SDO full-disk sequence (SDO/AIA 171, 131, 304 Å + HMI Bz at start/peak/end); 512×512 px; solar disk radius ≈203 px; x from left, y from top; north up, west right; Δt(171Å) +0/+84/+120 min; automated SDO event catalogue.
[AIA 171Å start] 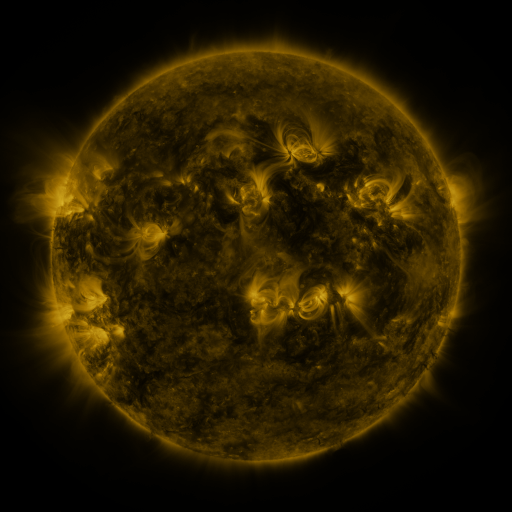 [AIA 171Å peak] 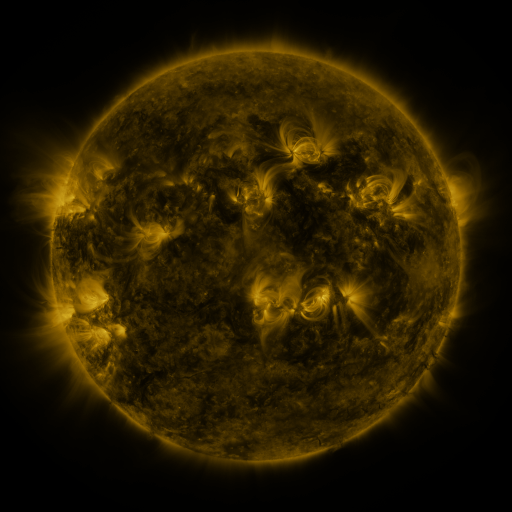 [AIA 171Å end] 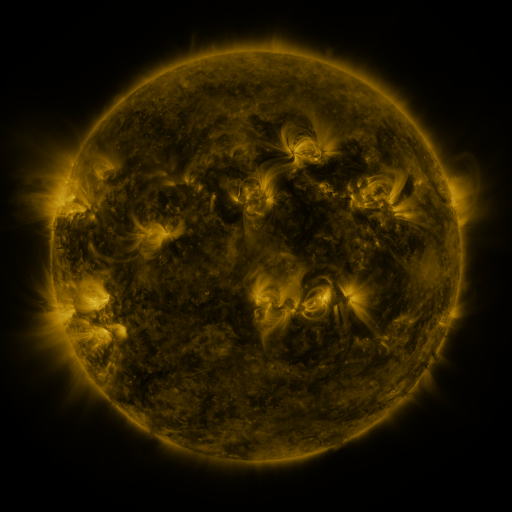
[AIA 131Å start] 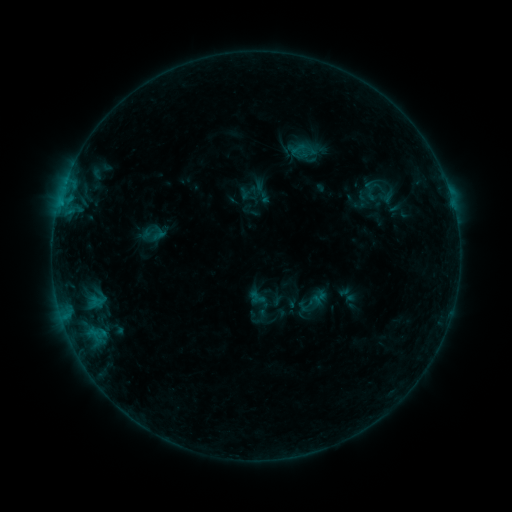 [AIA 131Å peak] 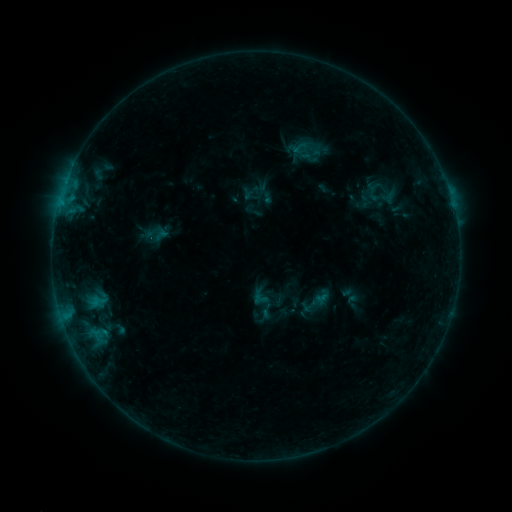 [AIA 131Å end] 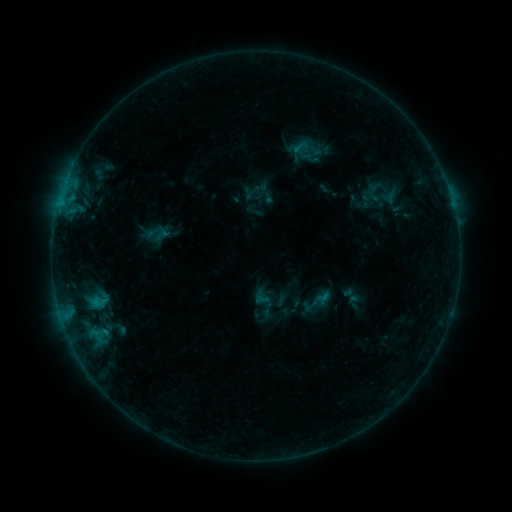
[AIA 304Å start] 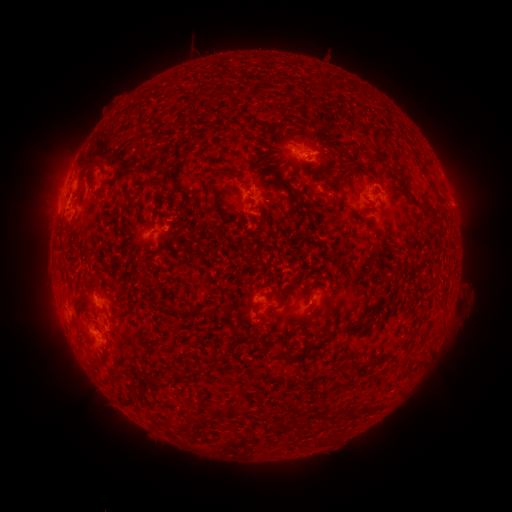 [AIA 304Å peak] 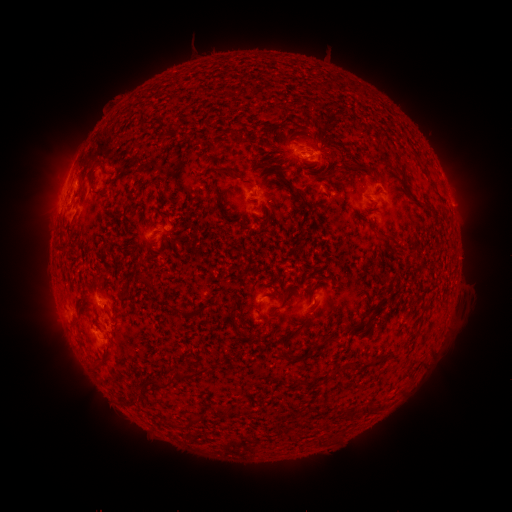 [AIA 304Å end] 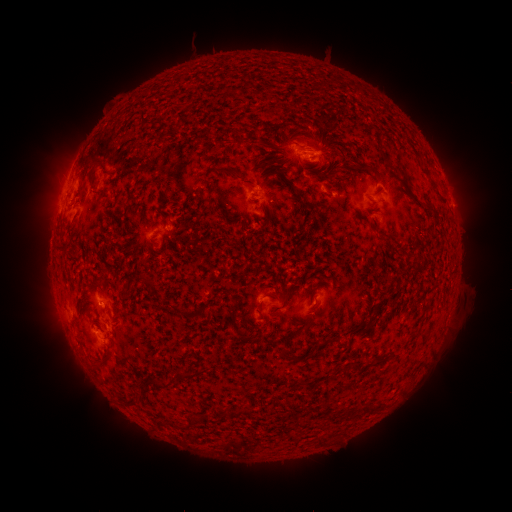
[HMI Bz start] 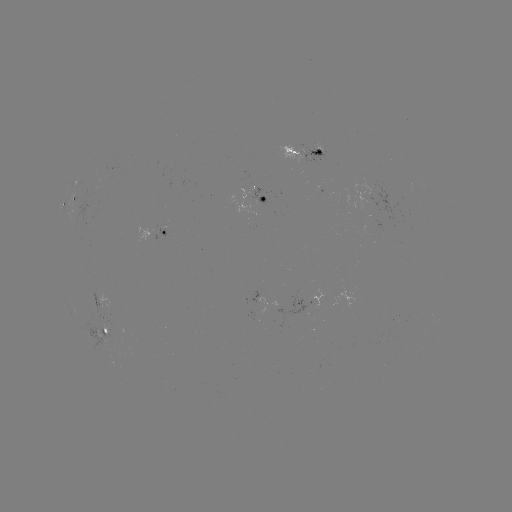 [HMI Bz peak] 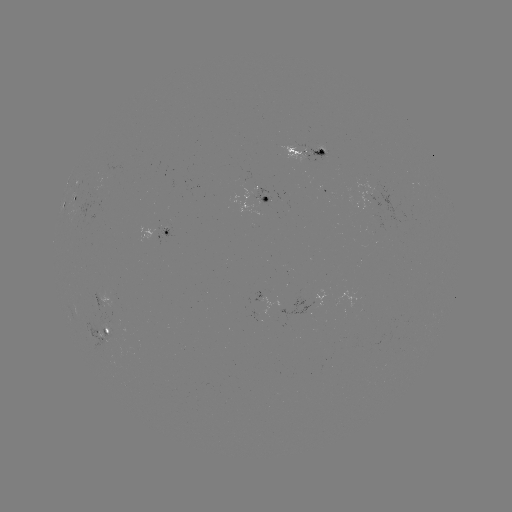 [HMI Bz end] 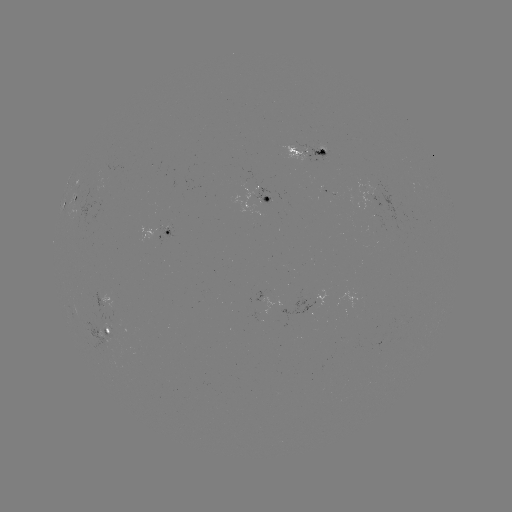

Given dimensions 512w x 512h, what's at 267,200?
emerging-flux region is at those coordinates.